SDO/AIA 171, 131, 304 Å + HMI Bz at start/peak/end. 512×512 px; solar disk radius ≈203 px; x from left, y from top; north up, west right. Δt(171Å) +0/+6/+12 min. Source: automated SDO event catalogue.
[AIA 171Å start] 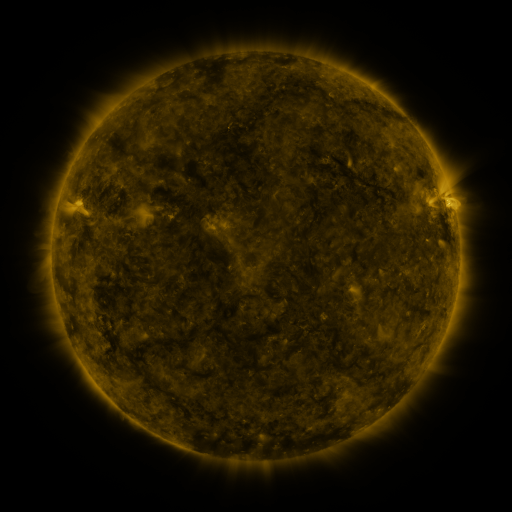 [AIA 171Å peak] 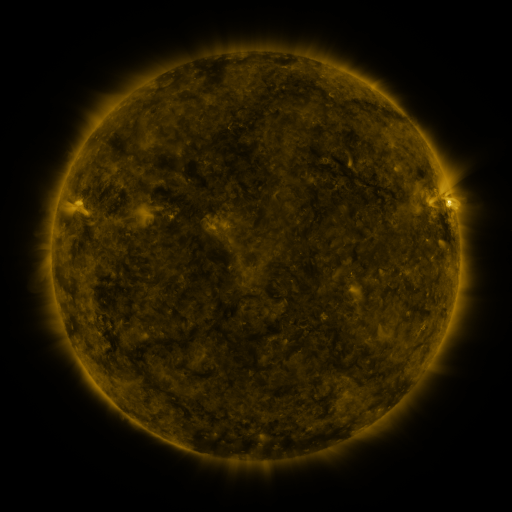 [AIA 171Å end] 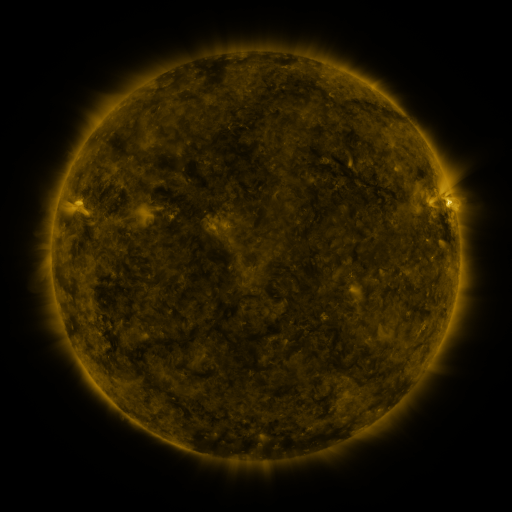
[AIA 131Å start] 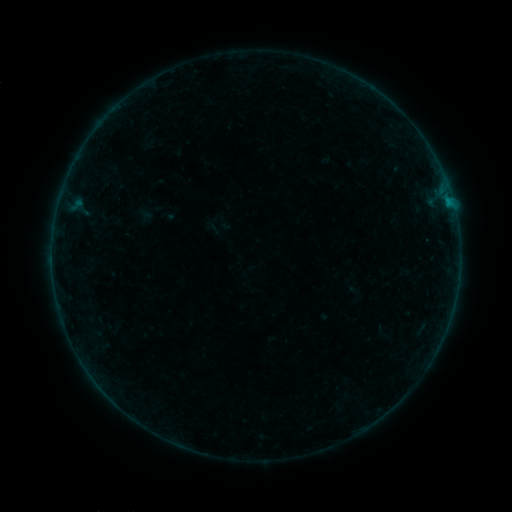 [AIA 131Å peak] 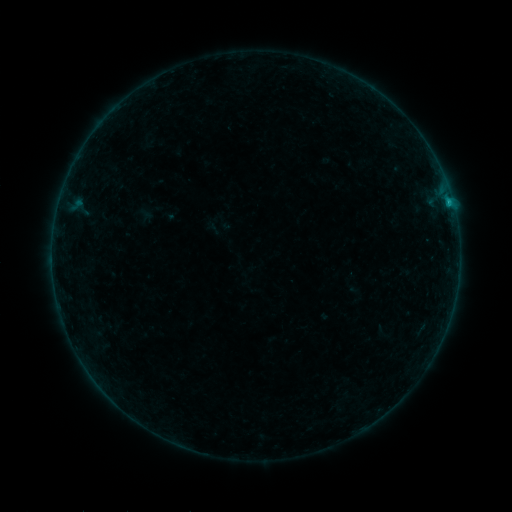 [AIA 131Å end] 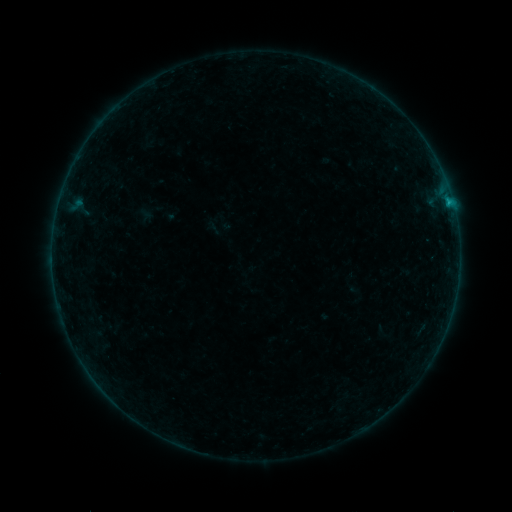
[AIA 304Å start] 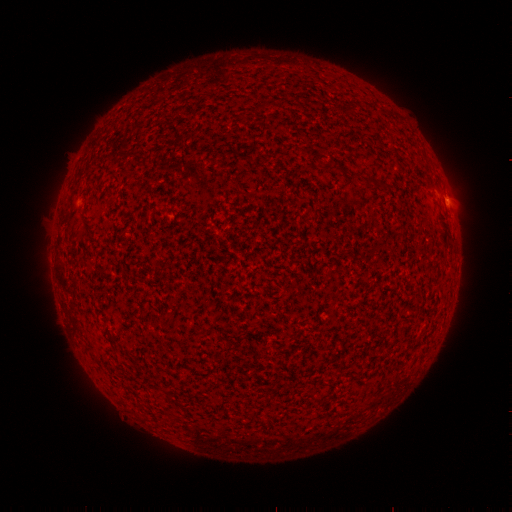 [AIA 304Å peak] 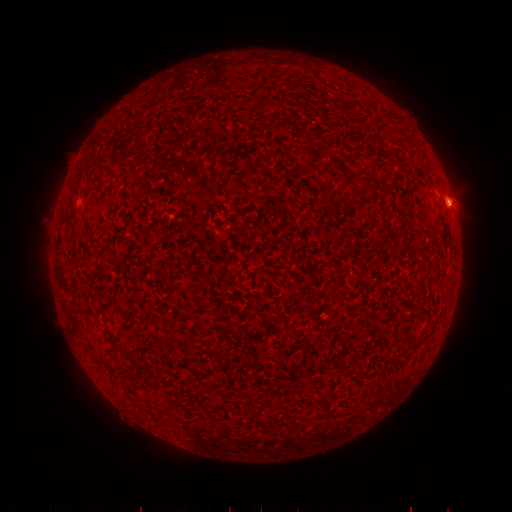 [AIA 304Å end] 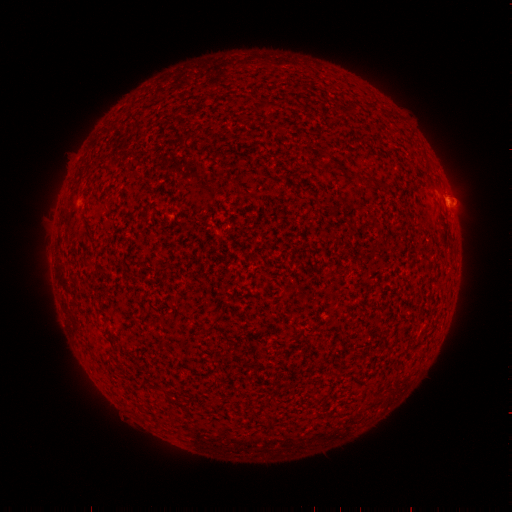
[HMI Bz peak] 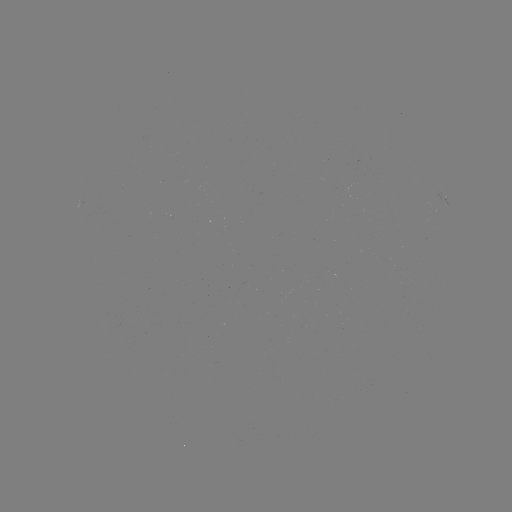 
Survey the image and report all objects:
eruption: (454, 205)
